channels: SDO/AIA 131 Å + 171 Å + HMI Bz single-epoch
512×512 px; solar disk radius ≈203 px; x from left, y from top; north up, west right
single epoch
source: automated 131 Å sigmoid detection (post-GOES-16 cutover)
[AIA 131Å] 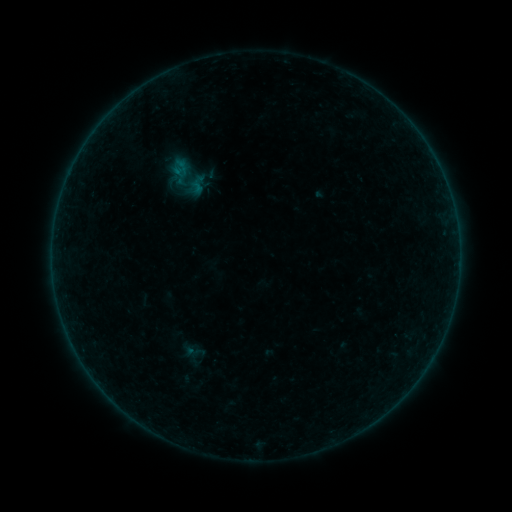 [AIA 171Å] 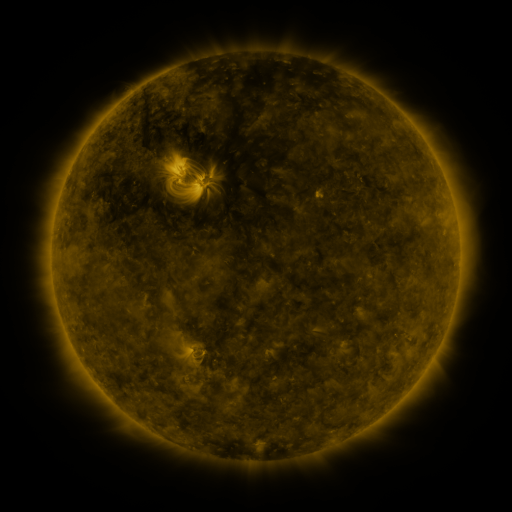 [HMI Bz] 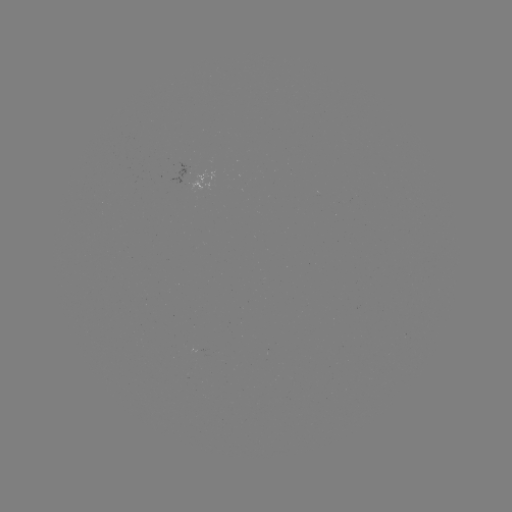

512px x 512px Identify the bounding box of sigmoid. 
[181, 340, 208, 363].